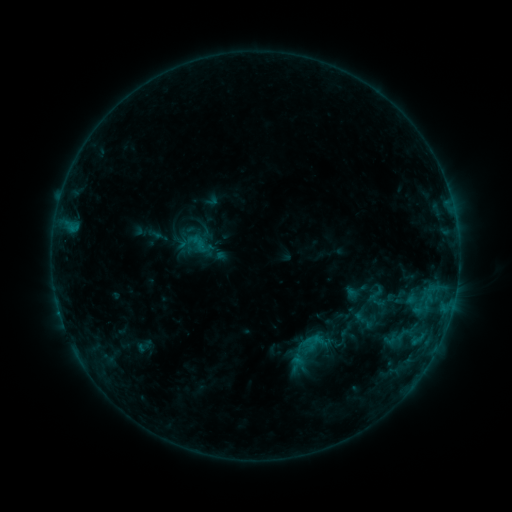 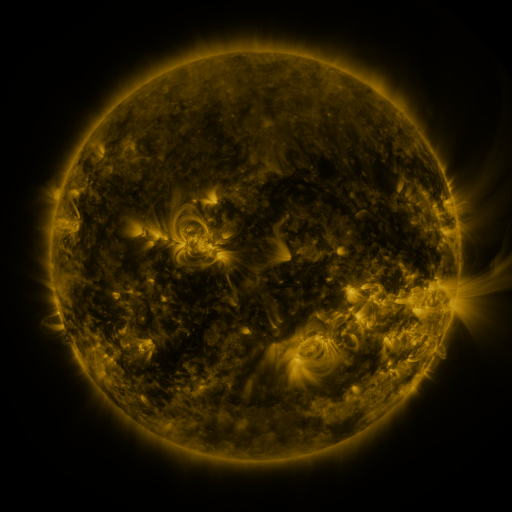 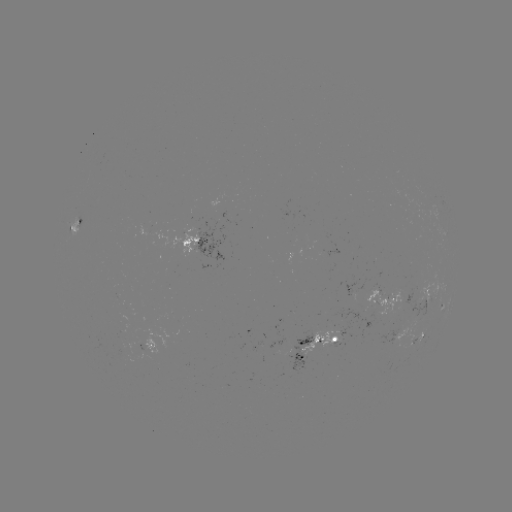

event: sigmoid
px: (342, 338)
